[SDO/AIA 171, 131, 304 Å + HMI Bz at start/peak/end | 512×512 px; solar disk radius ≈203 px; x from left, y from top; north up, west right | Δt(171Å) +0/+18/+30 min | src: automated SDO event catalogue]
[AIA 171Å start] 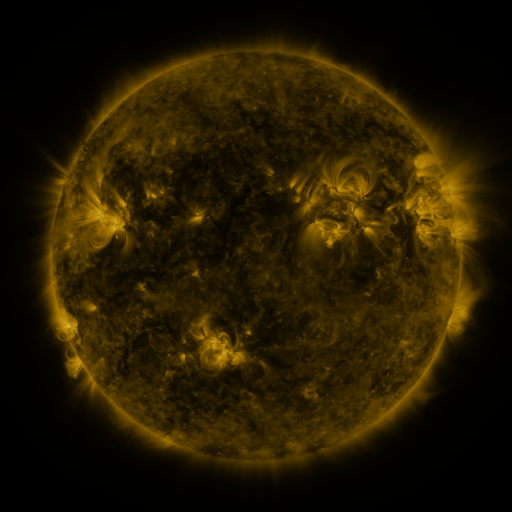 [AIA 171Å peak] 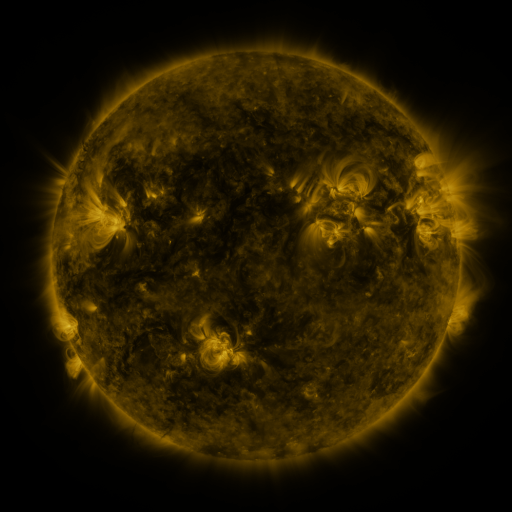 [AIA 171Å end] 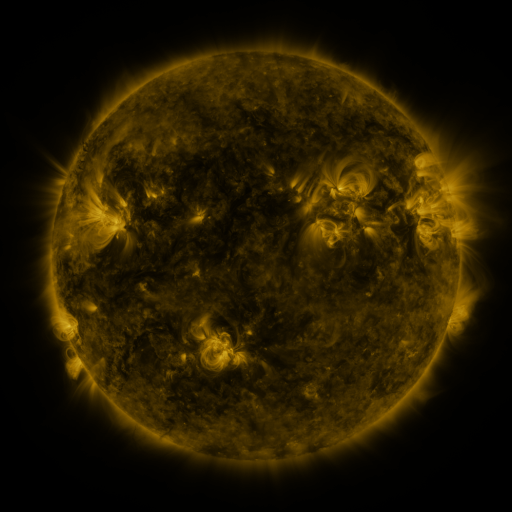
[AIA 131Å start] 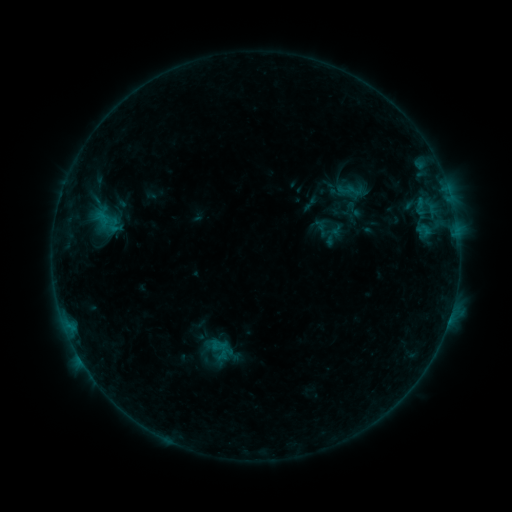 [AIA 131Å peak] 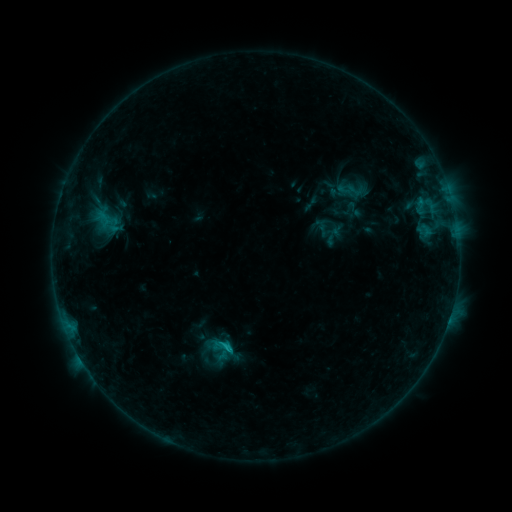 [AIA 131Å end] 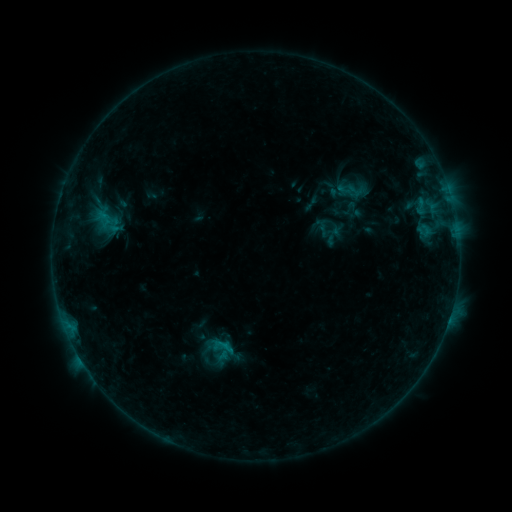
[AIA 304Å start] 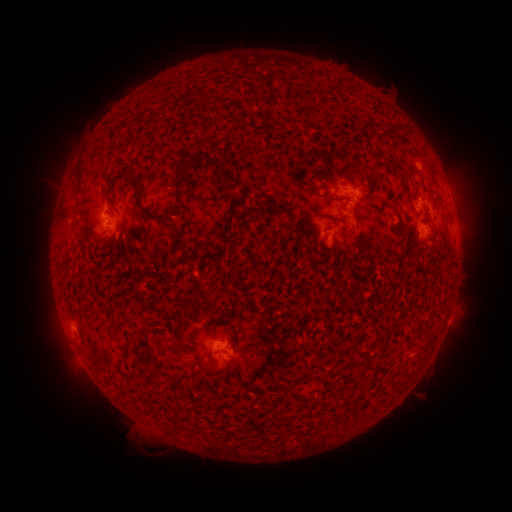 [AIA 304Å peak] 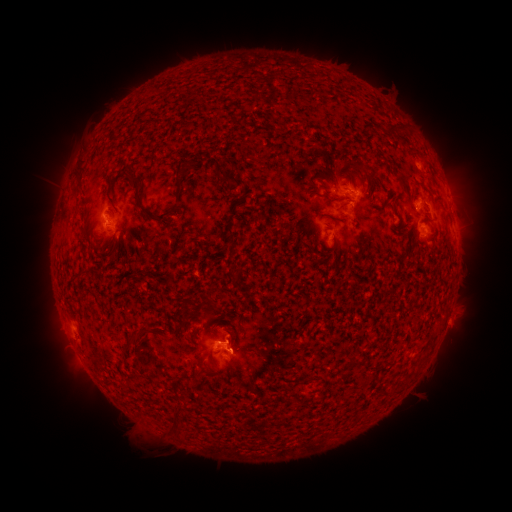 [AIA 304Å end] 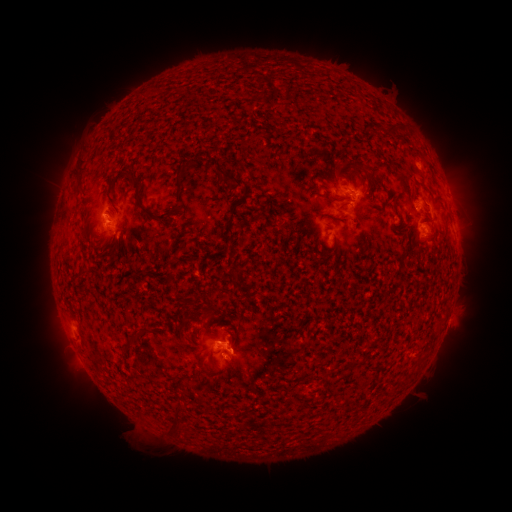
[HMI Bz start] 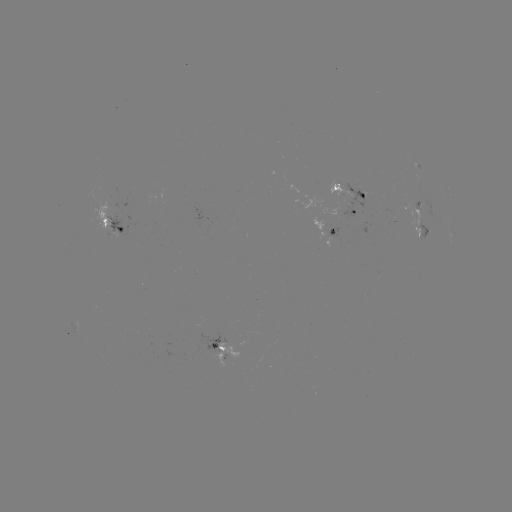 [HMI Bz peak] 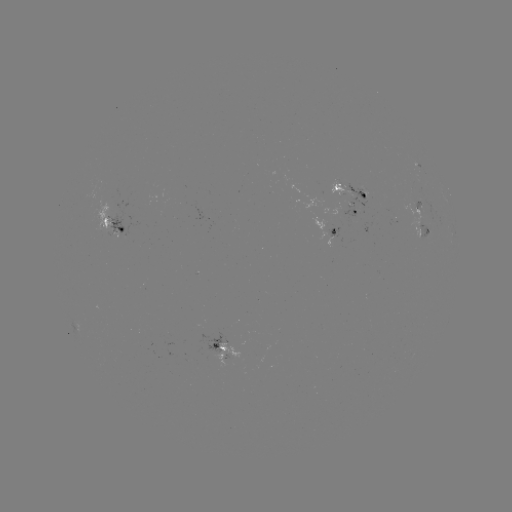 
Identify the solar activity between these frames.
B9.0 flare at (229, 345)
